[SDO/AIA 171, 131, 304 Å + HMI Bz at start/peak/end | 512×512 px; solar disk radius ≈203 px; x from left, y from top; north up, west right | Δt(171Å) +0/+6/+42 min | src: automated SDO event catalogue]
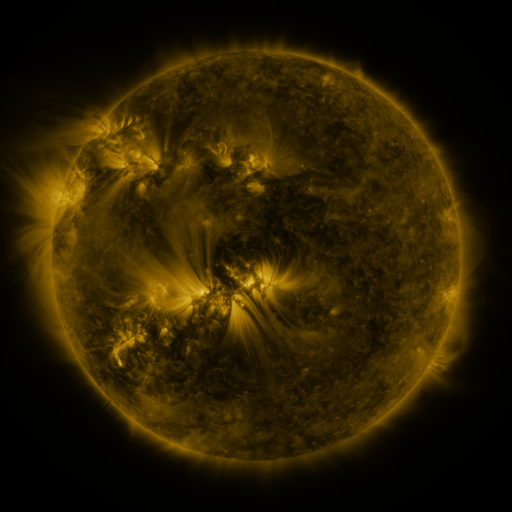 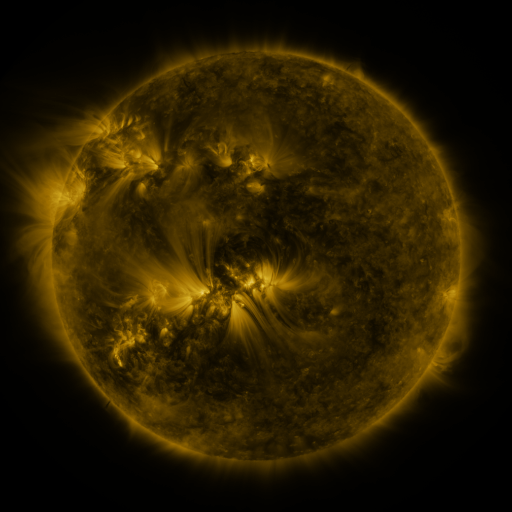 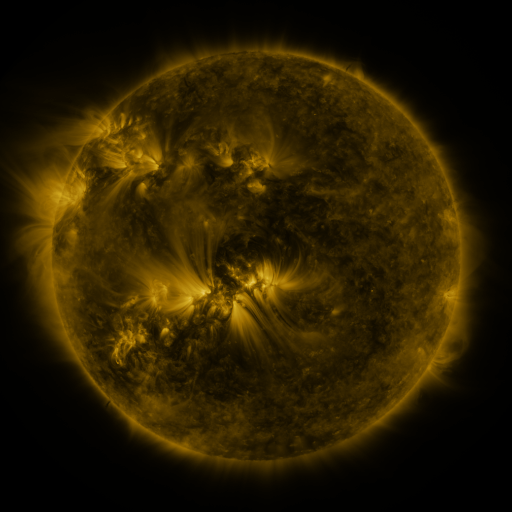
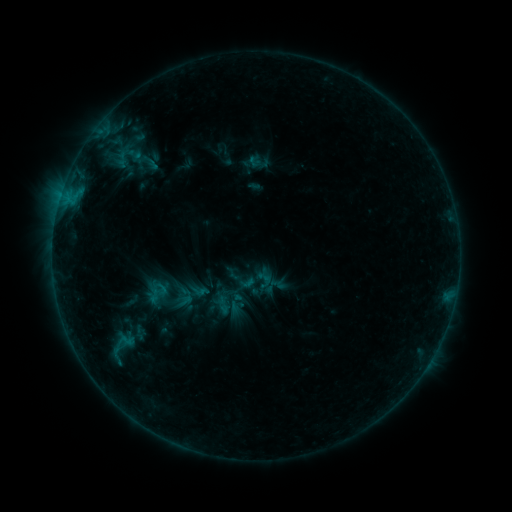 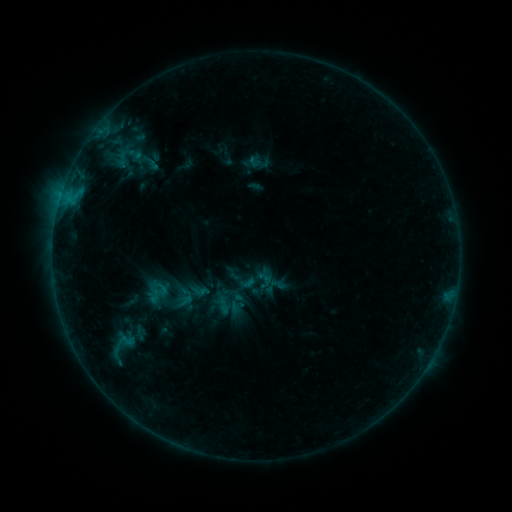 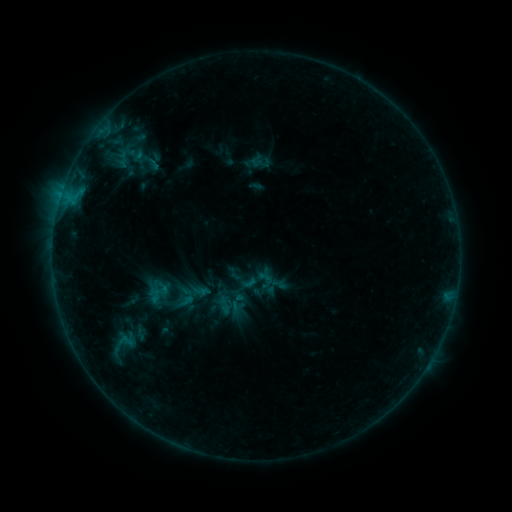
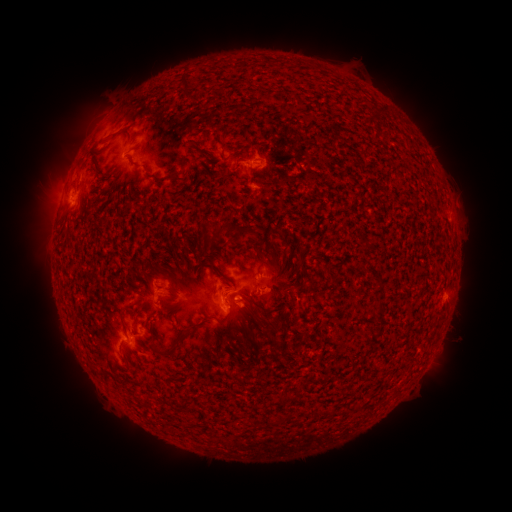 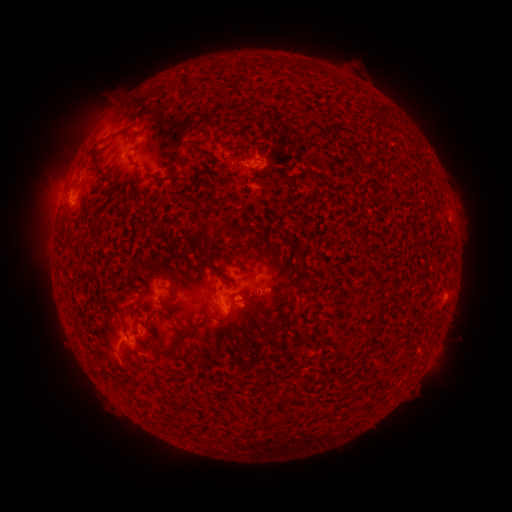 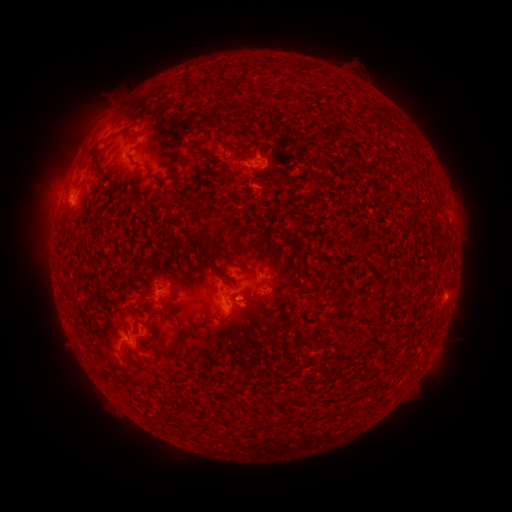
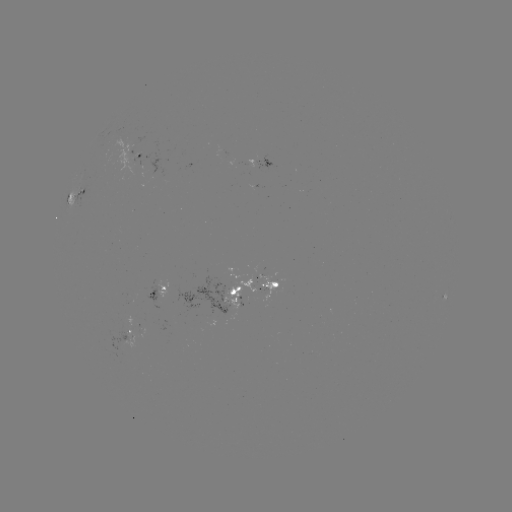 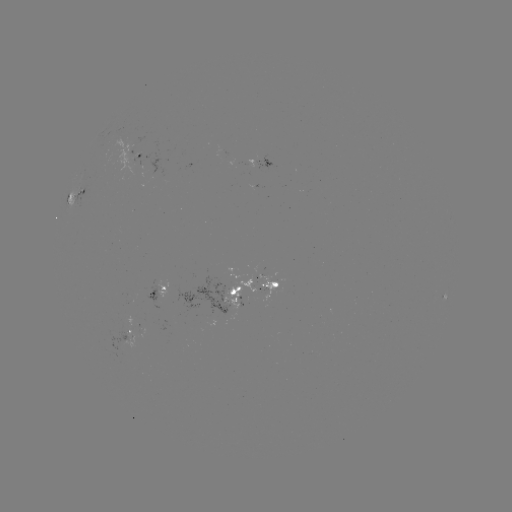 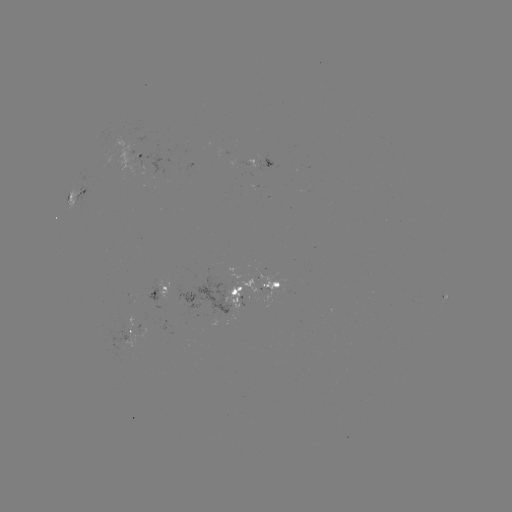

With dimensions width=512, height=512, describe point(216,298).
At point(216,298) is emerging-flux region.